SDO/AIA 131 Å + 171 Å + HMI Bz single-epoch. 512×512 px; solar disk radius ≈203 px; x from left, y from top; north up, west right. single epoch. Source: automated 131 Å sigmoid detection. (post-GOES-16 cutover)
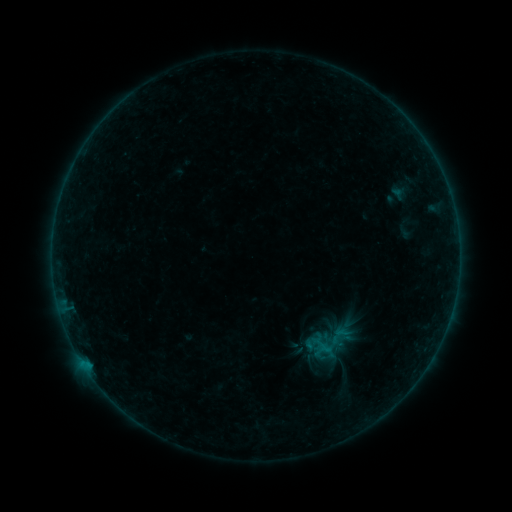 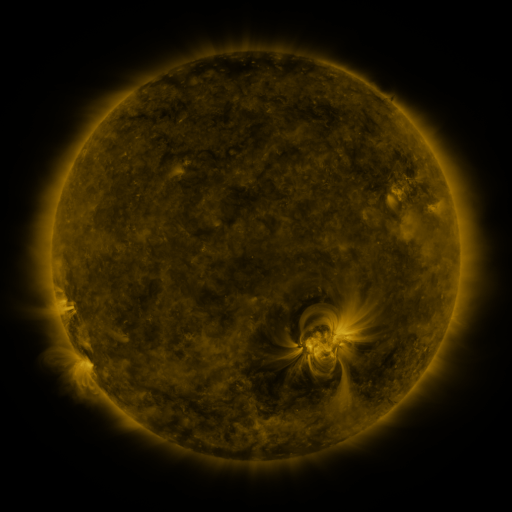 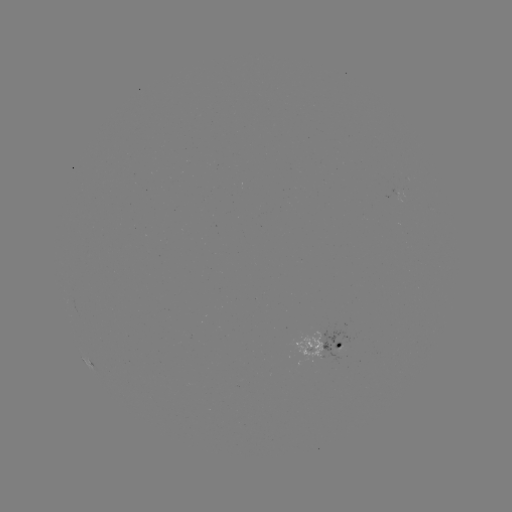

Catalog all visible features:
sigmoid: [327, 323, 352, 347]
